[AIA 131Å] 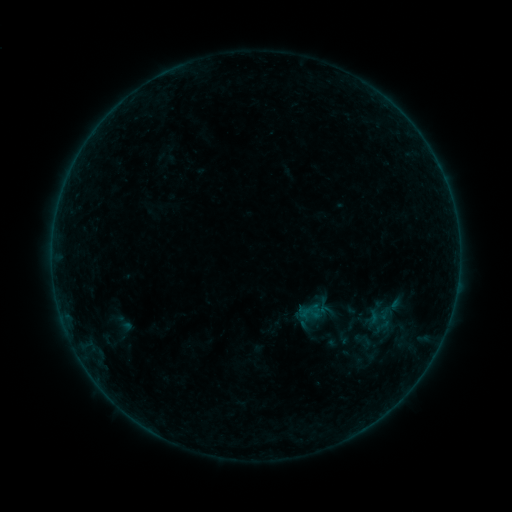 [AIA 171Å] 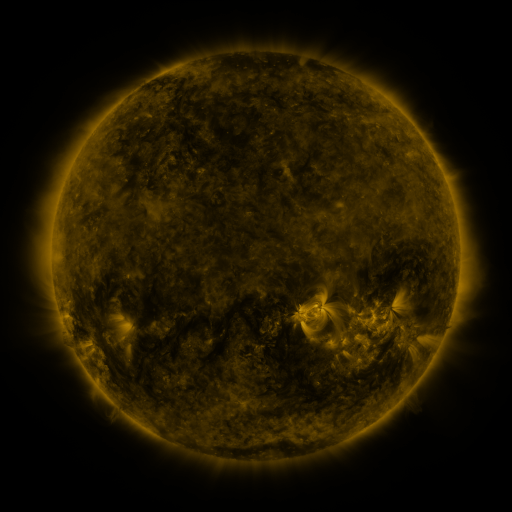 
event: sigmoid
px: (118, 322)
